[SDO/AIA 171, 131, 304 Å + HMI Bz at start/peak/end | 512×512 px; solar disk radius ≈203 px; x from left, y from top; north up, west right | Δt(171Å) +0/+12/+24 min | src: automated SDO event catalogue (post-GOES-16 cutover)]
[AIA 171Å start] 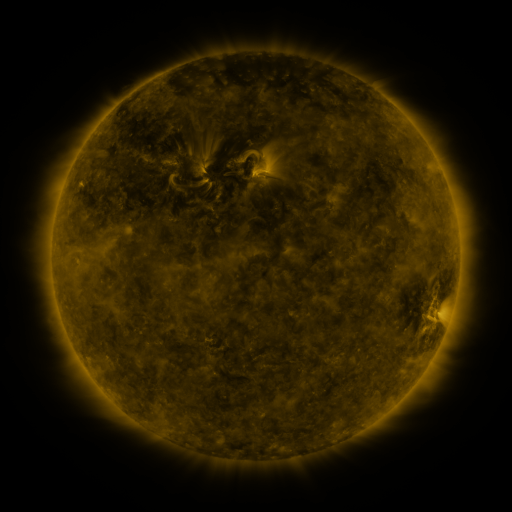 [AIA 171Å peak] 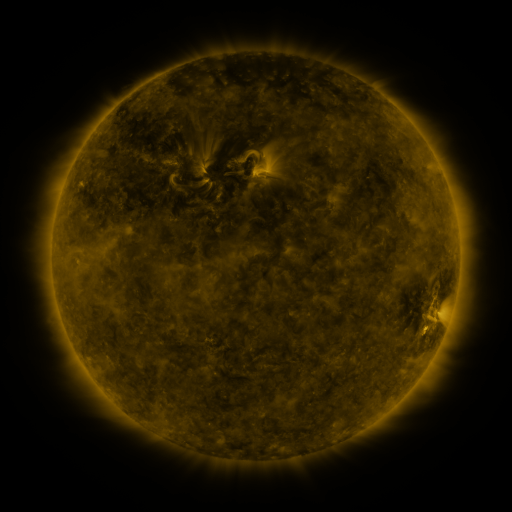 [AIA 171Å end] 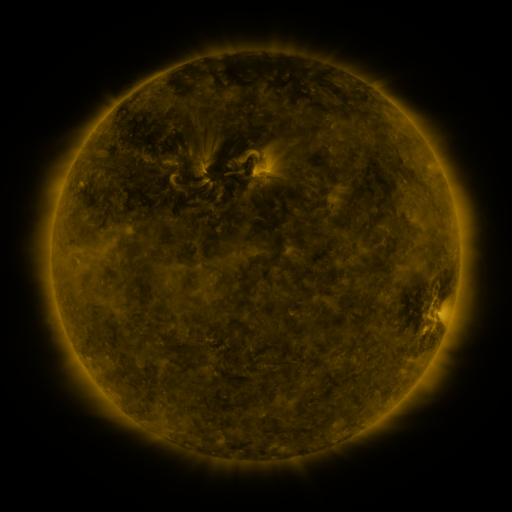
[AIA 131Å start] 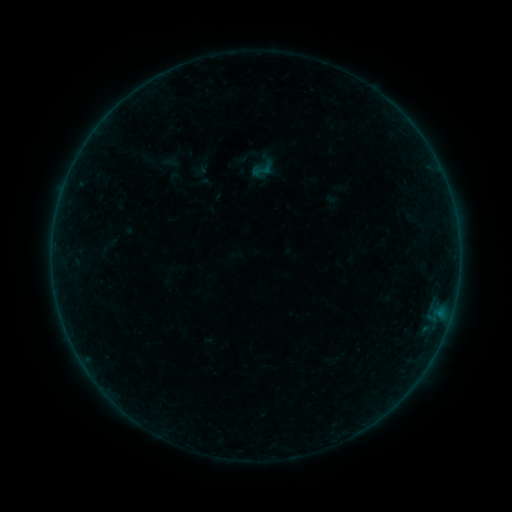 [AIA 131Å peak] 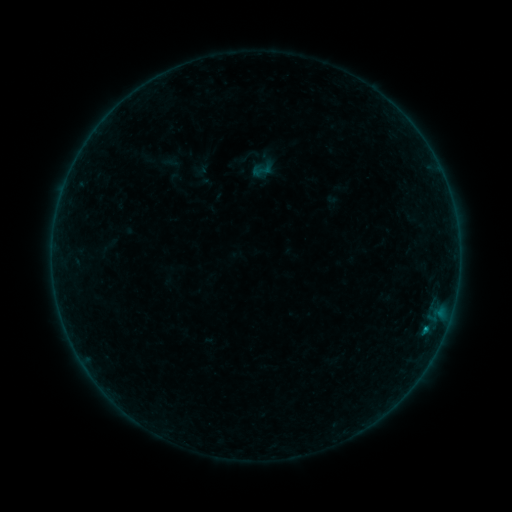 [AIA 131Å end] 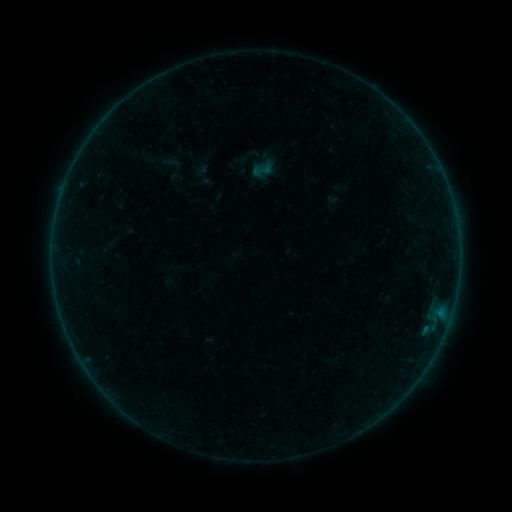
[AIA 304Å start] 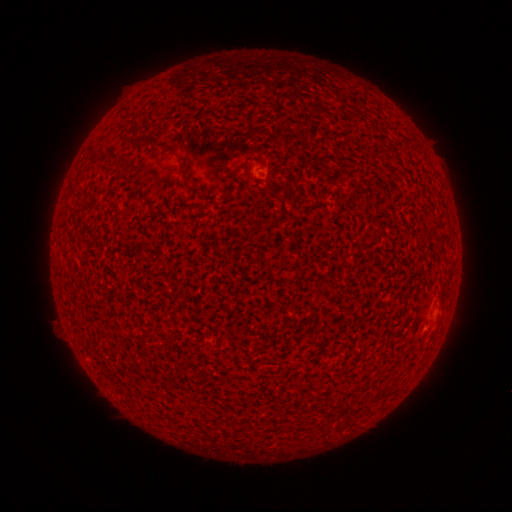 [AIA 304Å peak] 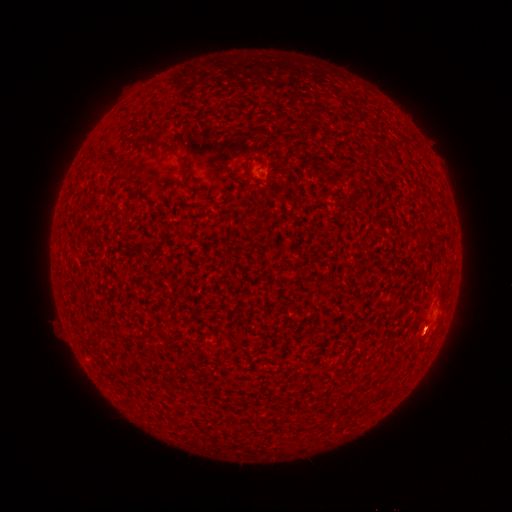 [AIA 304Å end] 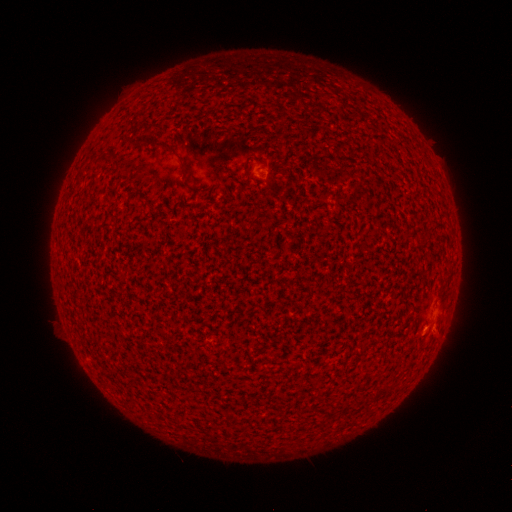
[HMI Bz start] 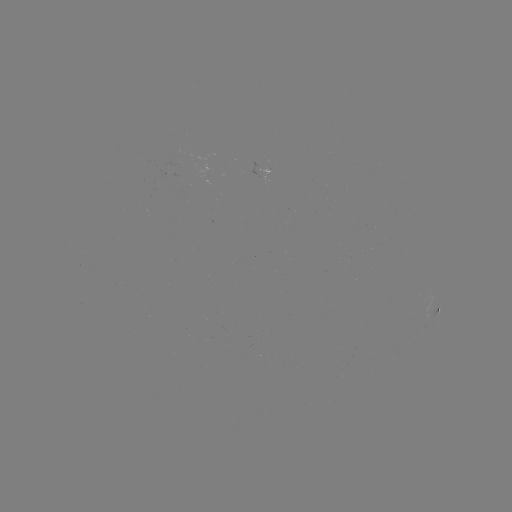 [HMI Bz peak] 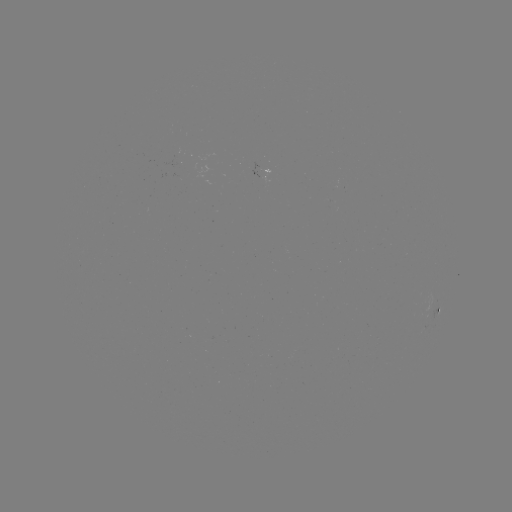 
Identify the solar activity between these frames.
B2.3 flare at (426, 326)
